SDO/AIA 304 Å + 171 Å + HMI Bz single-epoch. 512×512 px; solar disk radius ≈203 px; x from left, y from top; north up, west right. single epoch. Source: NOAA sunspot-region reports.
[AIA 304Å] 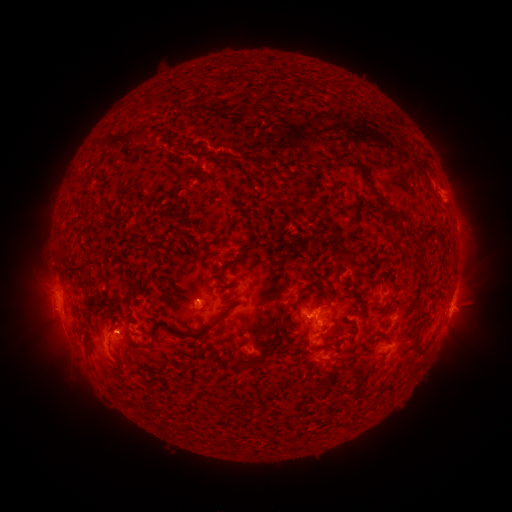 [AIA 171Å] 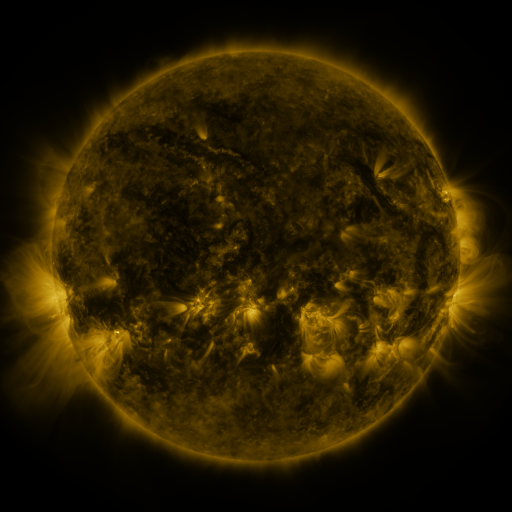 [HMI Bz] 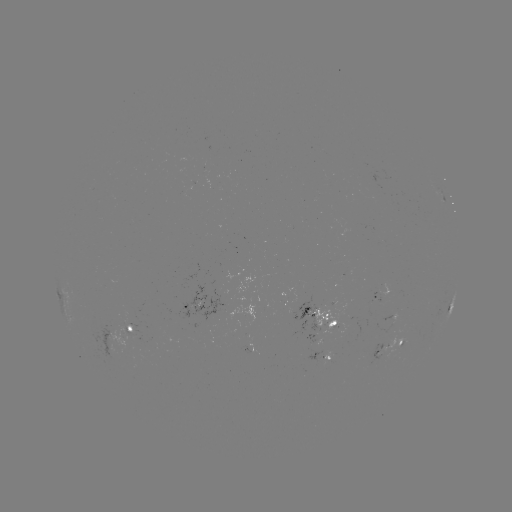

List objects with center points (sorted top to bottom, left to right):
spotted active region: (379, 295)
spotted active region: (452, 305)
spotted active region: (191, 306)
spotted active region: (322, 316)
spotted active region: (133, 330)
spotted active region: (392, 346)
spotted active region: (325, 355)
